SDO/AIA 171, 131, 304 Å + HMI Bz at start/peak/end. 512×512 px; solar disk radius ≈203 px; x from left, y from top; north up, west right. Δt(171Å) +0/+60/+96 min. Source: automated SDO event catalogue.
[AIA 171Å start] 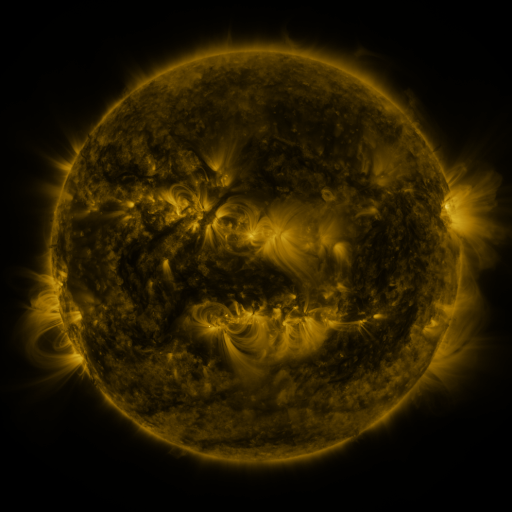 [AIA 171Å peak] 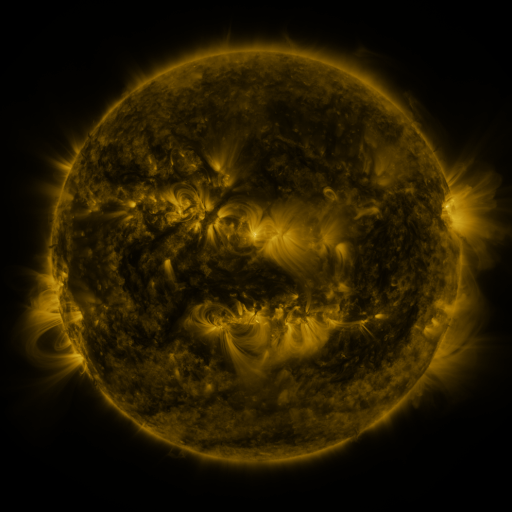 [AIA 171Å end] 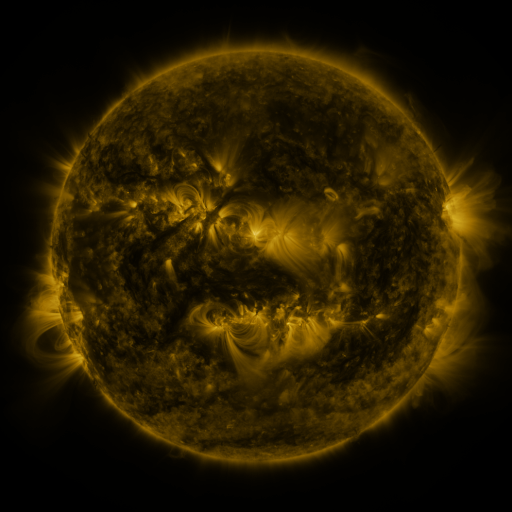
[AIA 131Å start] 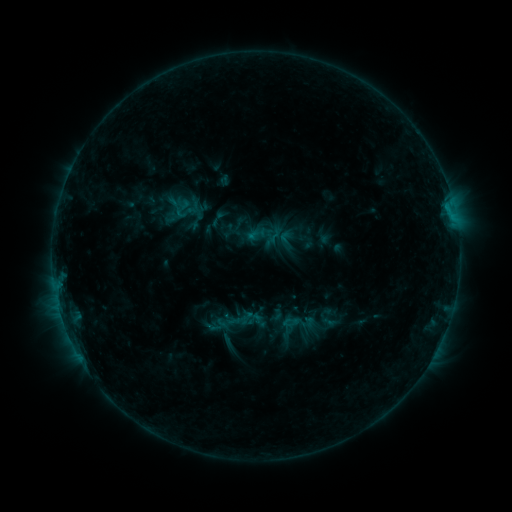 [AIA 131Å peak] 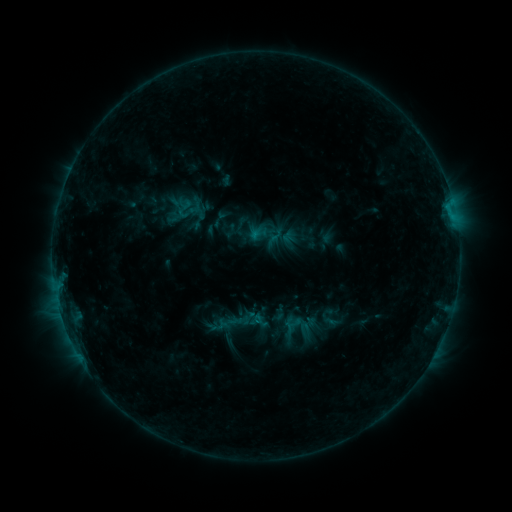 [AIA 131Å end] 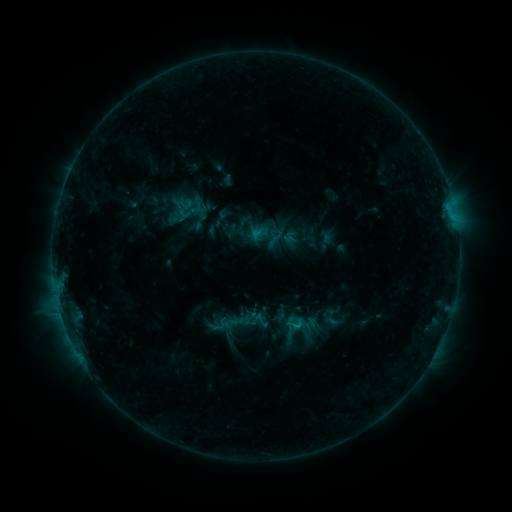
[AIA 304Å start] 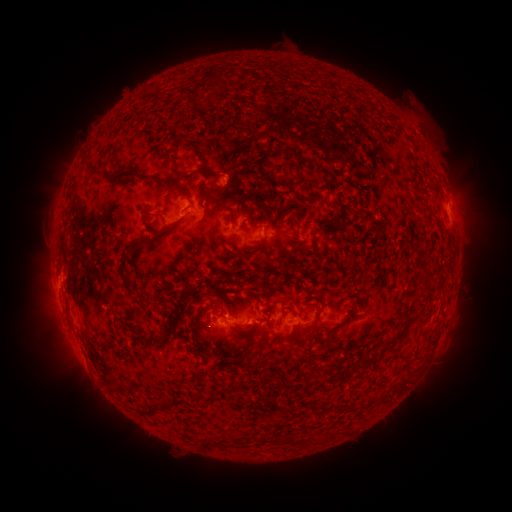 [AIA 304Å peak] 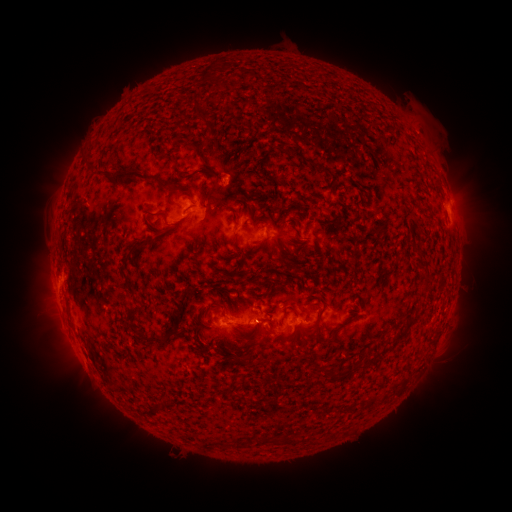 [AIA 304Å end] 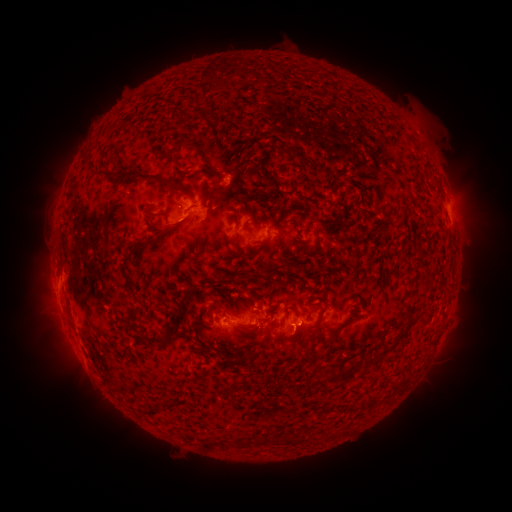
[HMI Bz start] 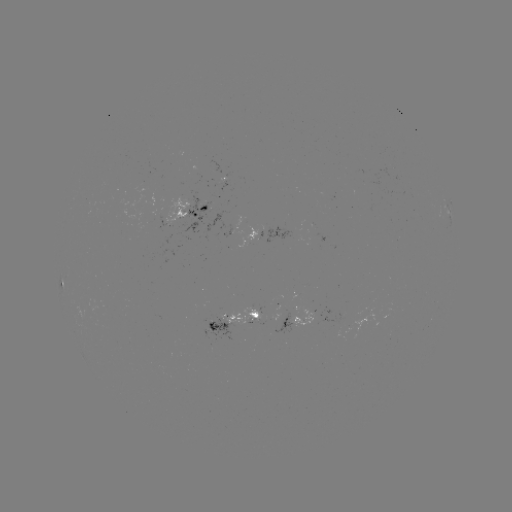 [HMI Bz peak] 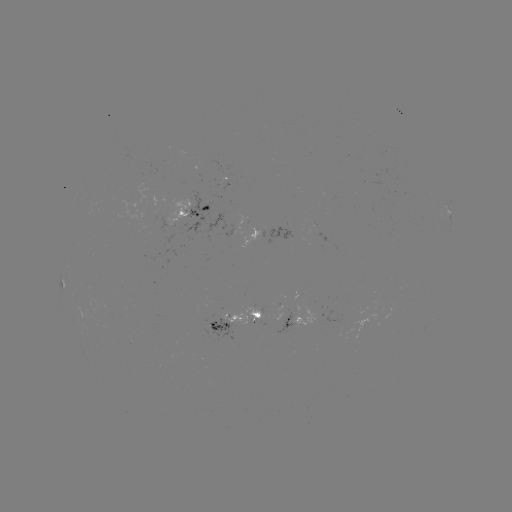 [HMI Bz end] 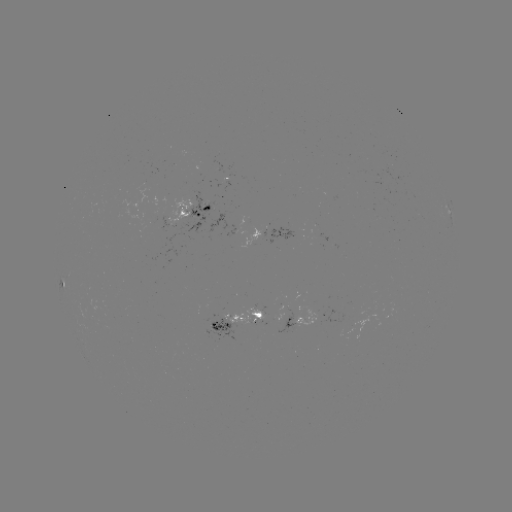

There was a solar emerging-flux region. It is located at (230, 183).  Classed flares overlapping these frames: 1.